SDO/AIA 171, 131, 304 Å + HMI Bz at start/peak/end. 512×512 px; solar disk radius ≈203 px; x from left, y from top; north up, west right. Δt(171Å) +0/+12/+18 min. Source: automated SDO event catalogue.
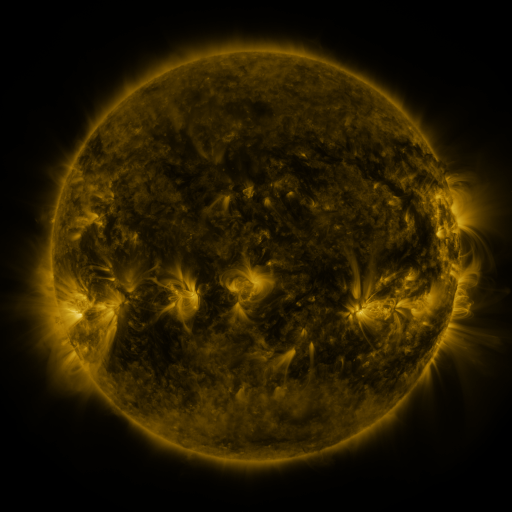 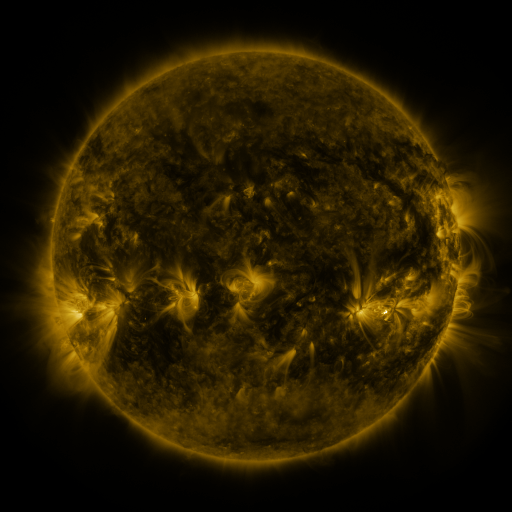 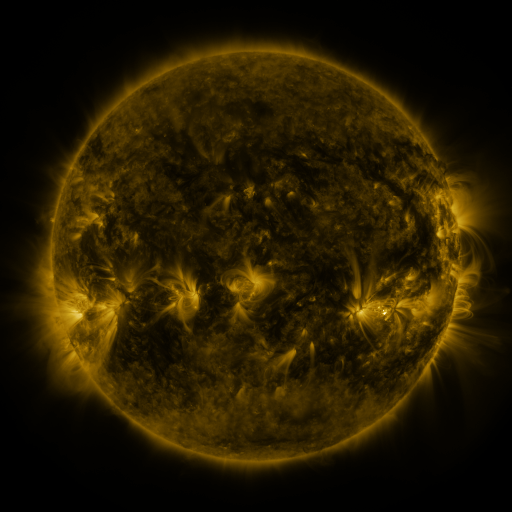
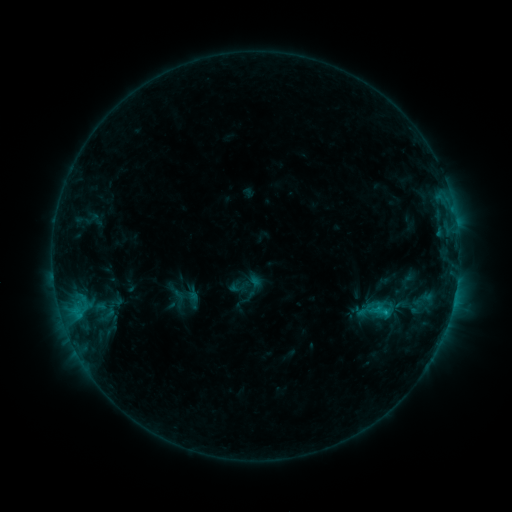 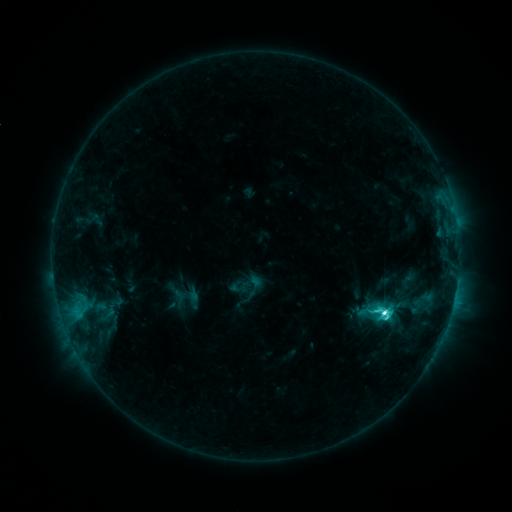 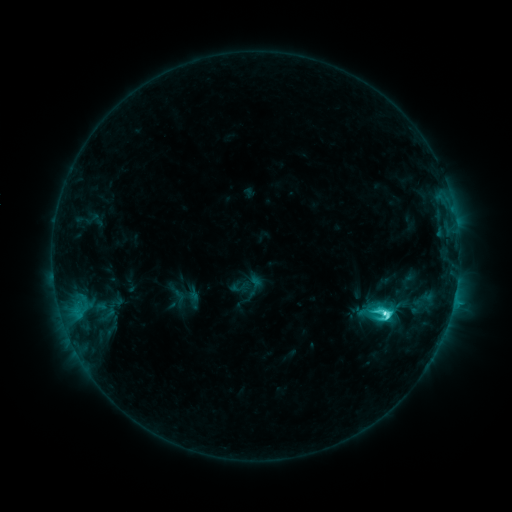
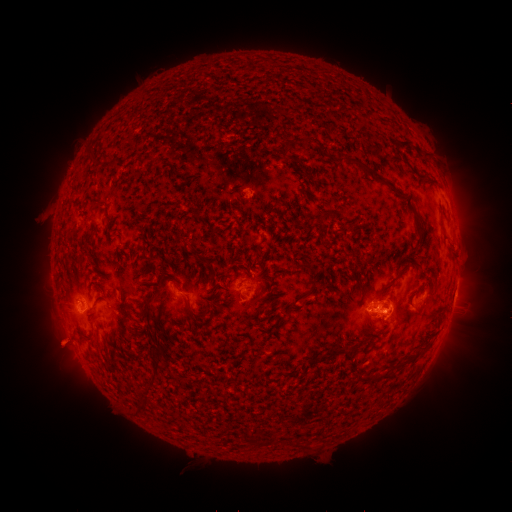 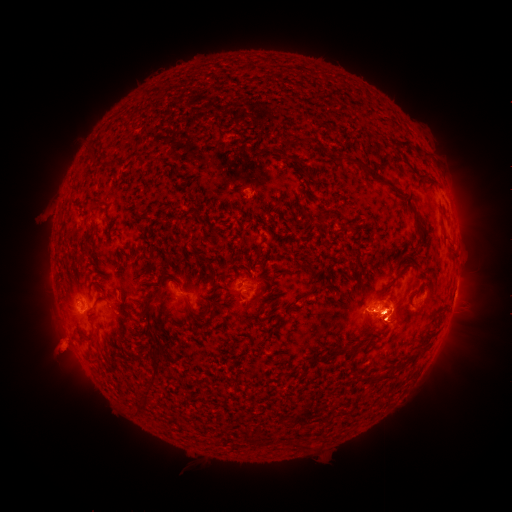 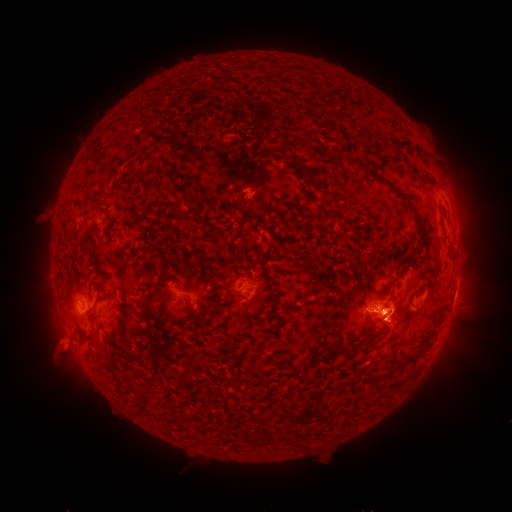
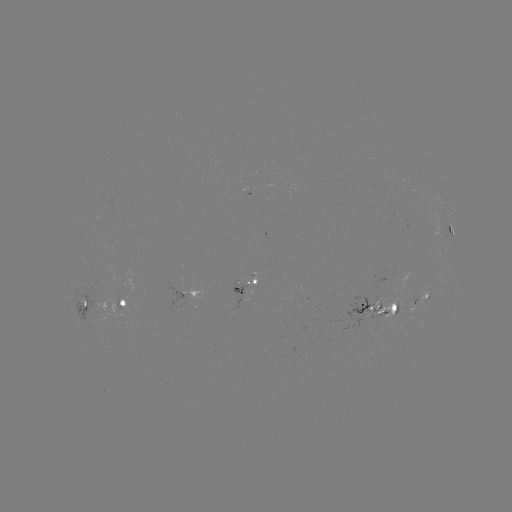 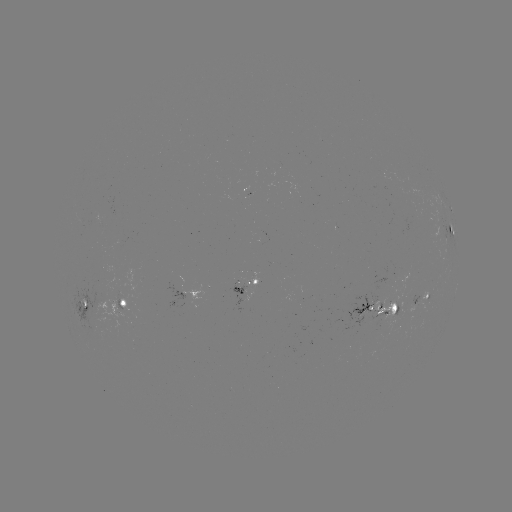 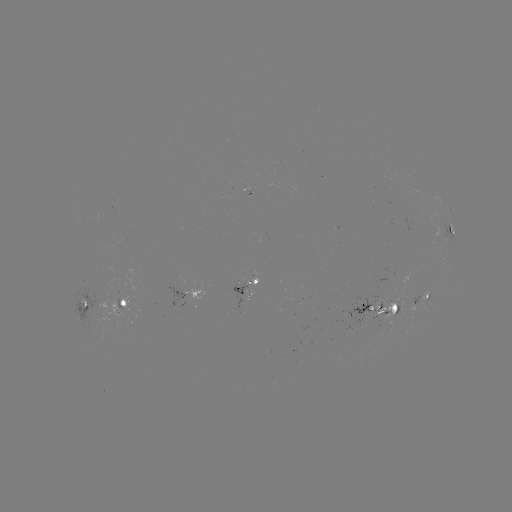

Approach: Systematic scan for C9.2 flare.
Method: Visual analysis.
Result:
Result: C9.2 flare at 383,311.